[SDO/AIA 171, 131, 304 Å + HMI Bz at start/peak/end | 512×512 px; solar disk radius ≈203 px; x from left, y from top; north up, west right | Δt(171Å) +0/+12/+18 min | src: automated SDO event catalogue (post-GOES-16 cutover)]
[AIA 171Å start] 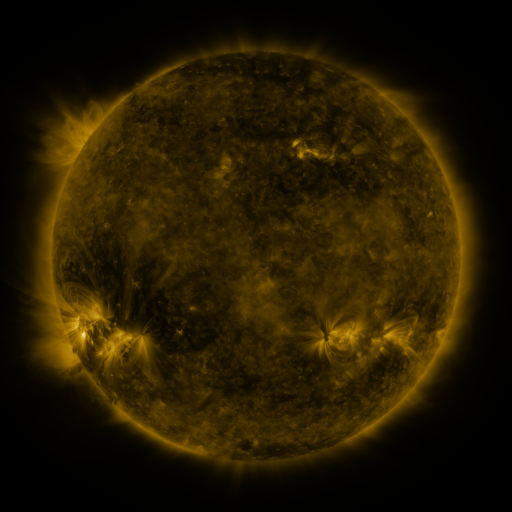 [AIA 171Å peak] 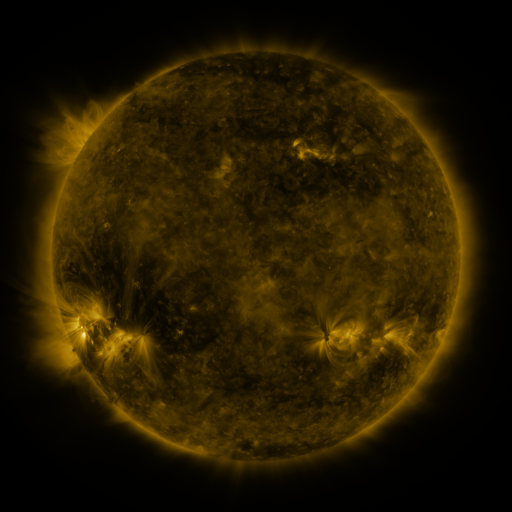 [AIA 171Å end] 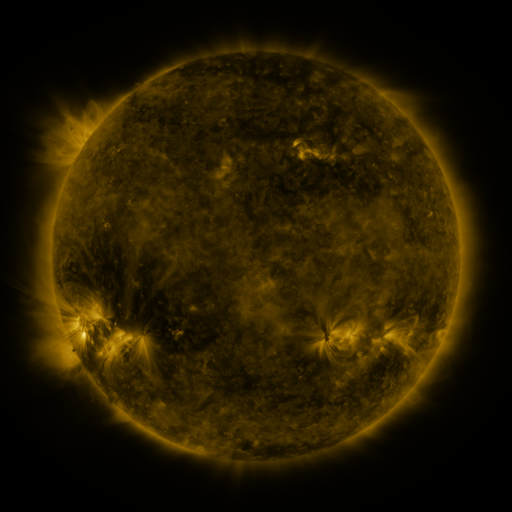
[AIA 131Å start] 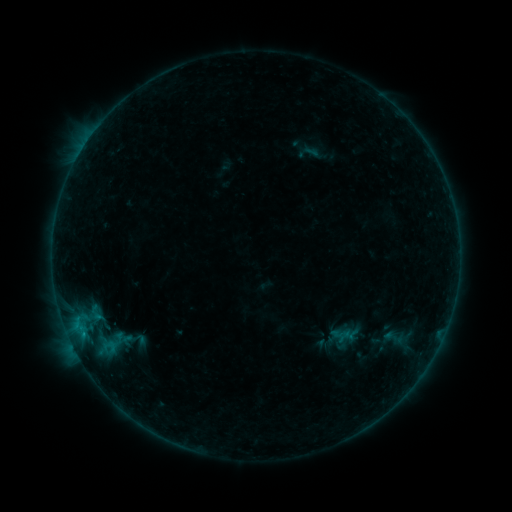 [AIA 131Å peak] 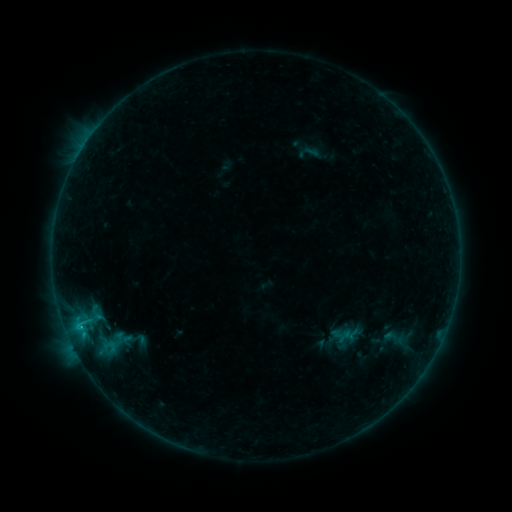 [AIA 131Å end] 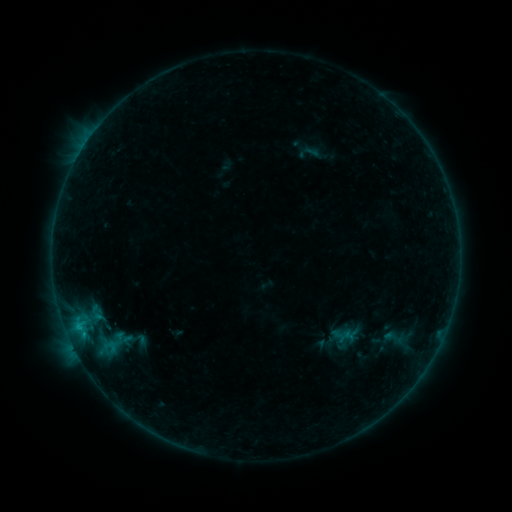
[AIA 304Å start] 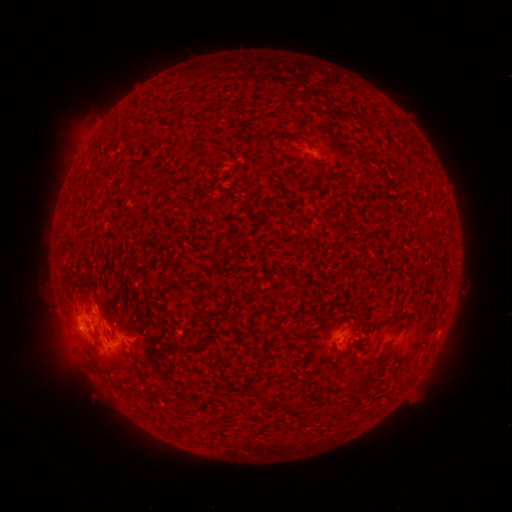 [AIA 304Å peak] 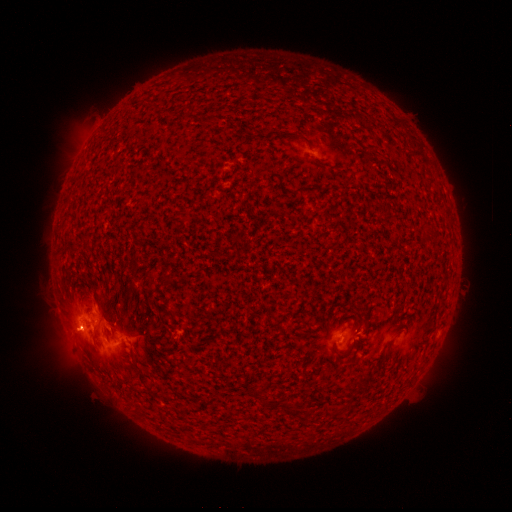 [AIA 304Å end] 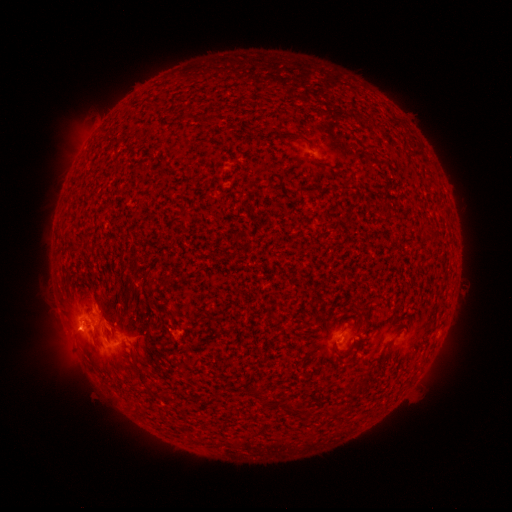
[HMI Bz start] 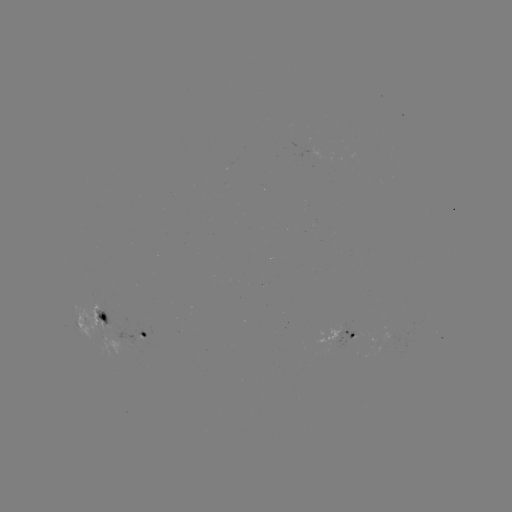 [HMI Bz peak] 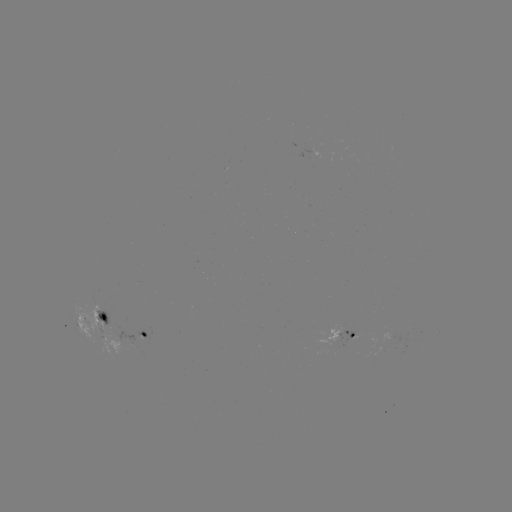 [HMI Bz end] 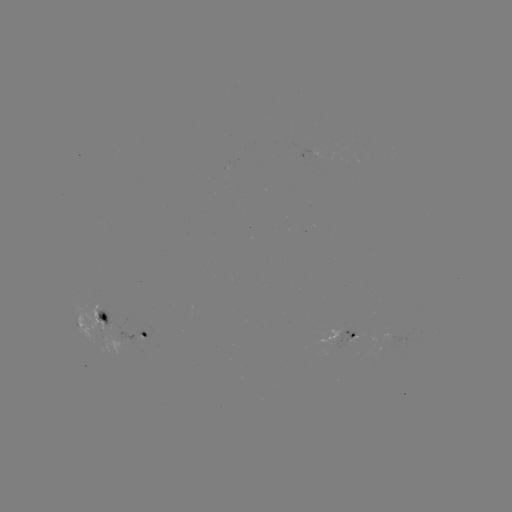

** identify B7.8 flare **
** (82, 327) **